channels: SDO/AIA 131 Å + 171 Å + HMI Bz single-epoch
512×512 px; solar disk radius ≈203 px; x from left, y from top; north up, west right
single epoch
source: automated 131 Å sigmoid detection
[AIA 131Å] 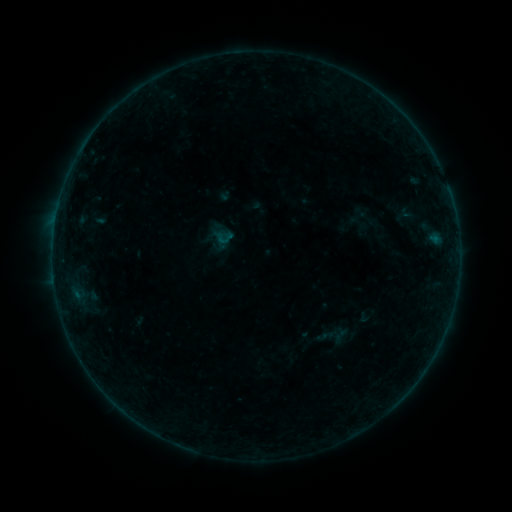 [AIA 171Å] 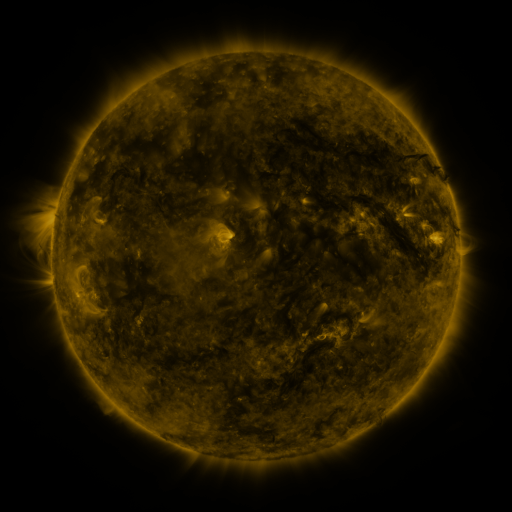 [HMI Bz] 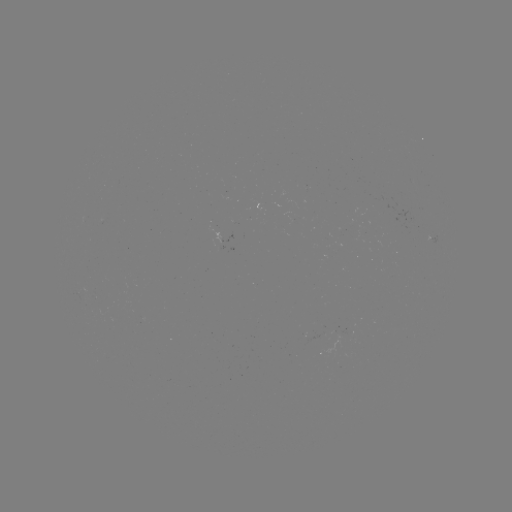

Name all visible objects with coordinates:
sigmoid: <bbox>314, 316, 352, 355</bbox>
